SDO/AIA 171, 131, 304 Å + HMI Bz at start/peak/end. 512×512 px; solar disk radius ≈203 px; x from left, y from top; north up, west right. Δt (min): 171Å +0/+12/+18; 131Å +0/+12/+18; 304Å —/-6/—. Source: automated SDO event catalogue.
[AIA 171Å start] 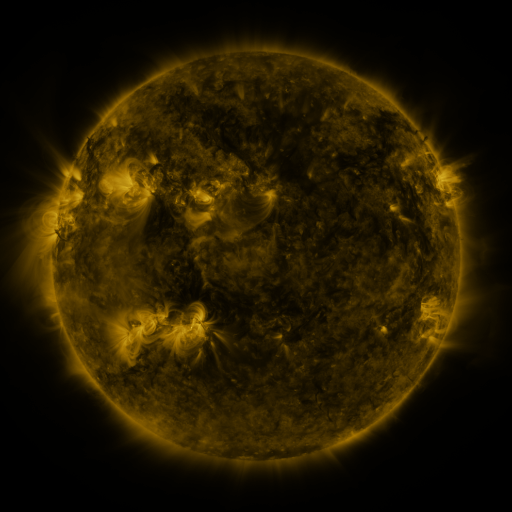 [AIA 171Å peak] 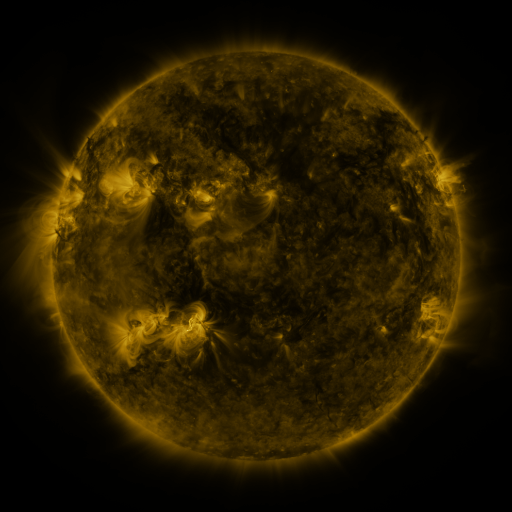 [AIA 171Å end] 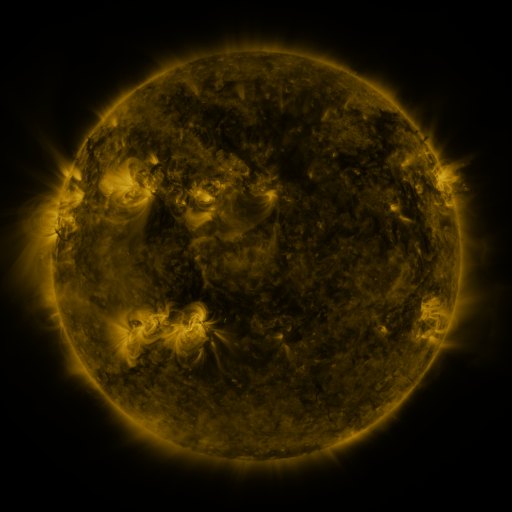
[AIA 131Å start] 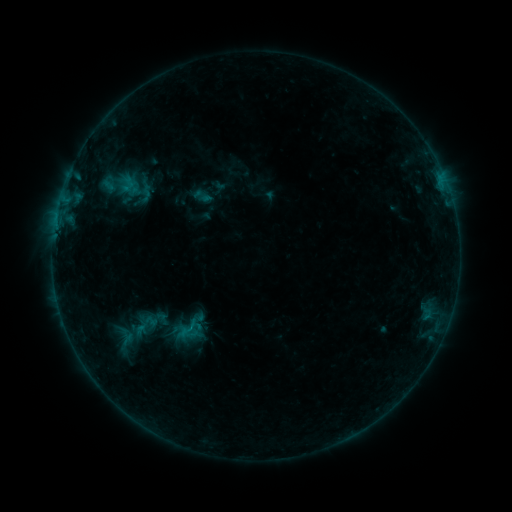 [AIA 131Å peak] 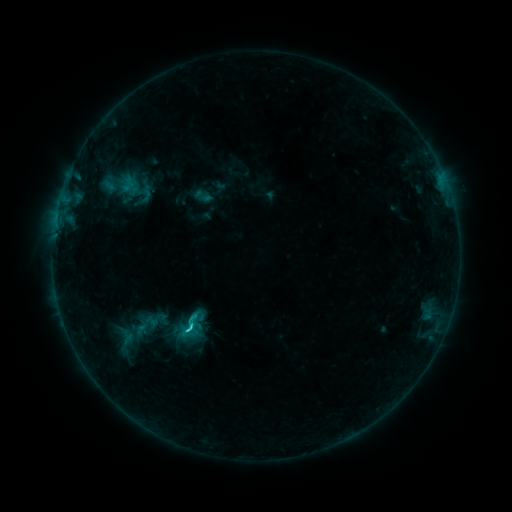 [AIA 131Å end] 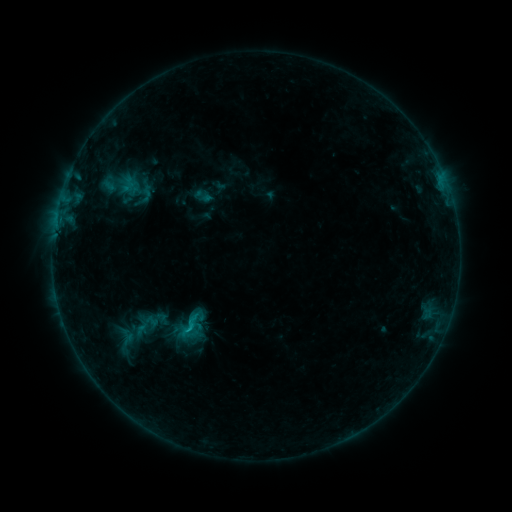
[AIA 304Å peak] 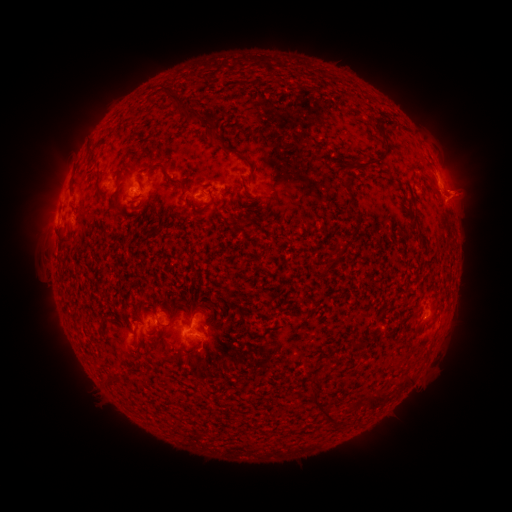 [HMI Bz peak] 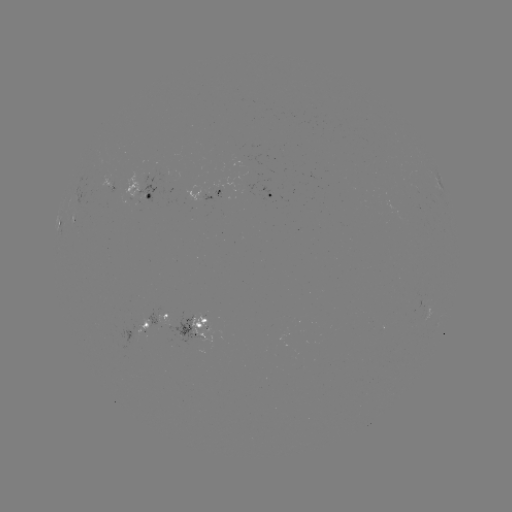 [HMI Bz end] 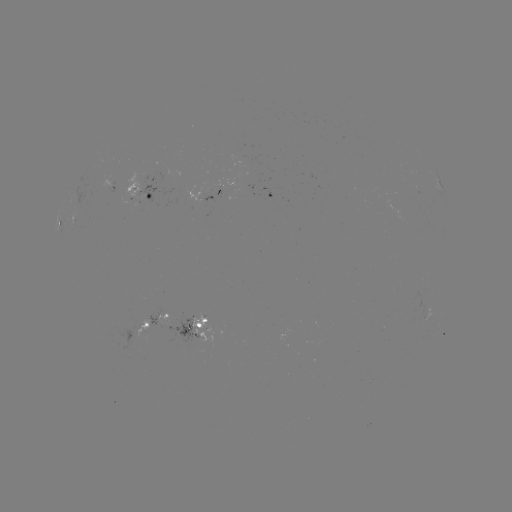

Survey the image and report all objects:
C1.6 flare: (190, 327)
